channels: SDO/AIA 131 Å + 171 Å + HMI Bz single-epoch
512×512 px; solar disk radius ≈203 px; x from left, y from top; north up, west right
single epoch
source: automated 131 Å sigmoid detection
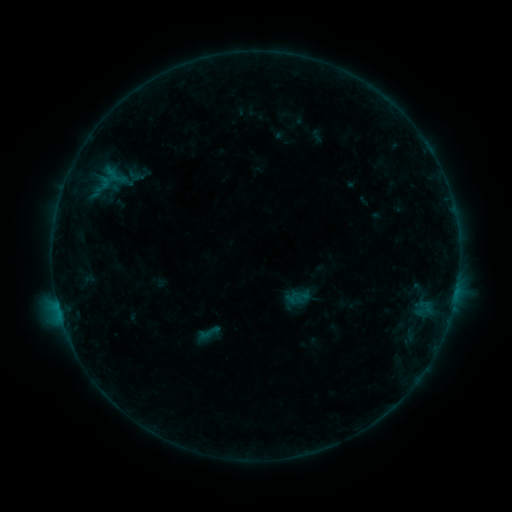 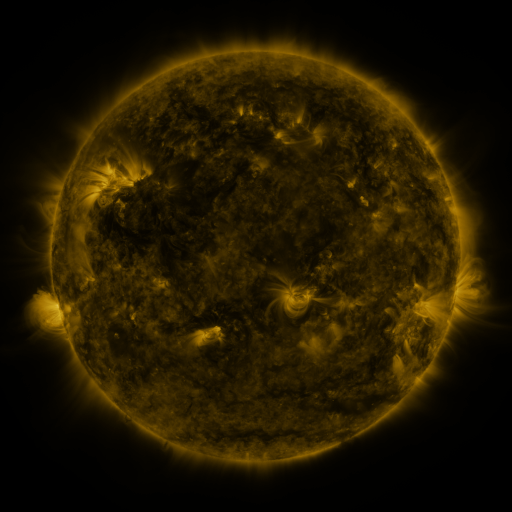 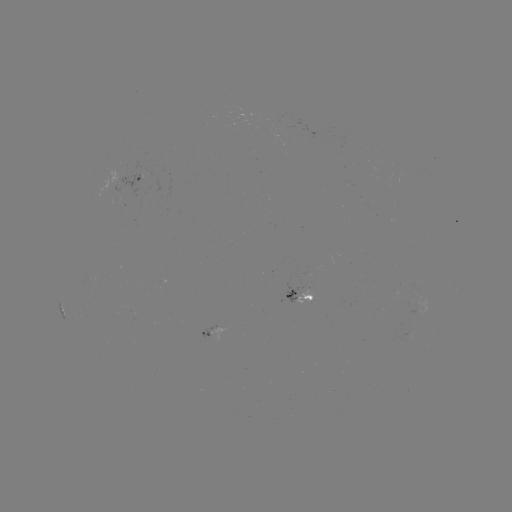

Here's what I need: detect sigmoid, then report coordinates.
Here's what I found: sigmoid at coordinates (208, 333).